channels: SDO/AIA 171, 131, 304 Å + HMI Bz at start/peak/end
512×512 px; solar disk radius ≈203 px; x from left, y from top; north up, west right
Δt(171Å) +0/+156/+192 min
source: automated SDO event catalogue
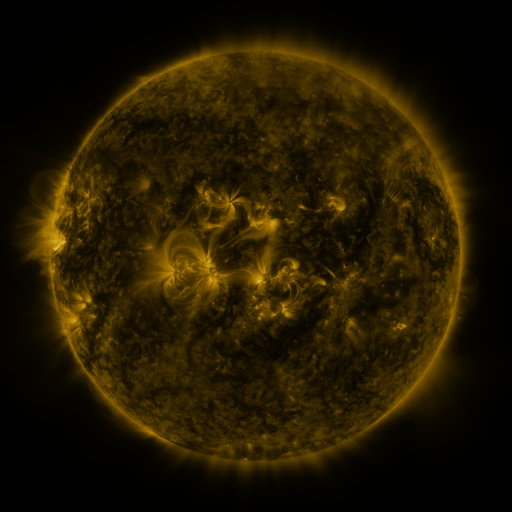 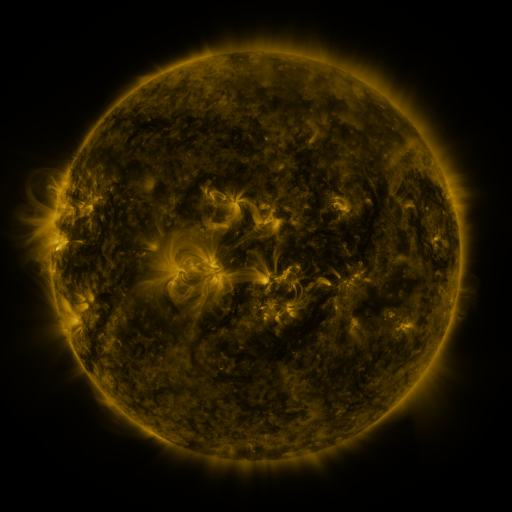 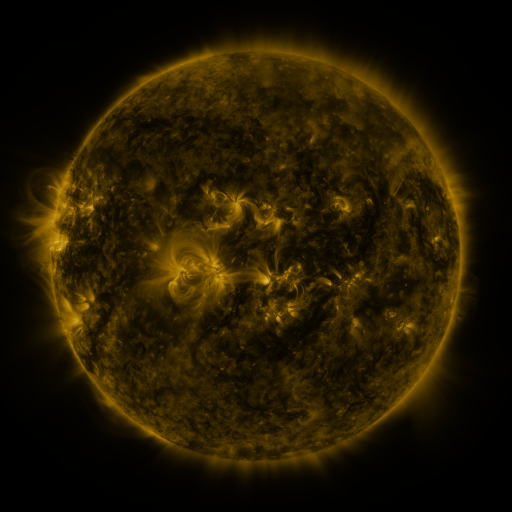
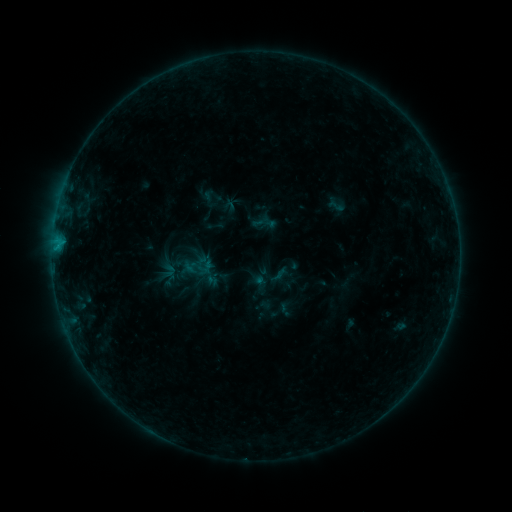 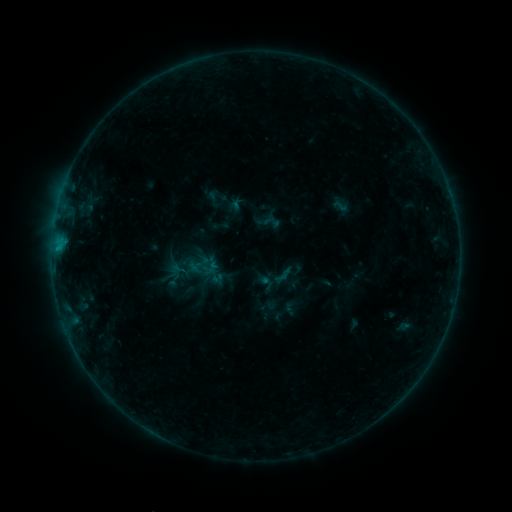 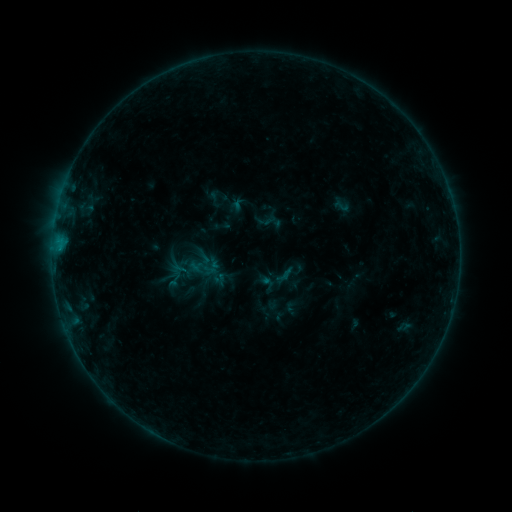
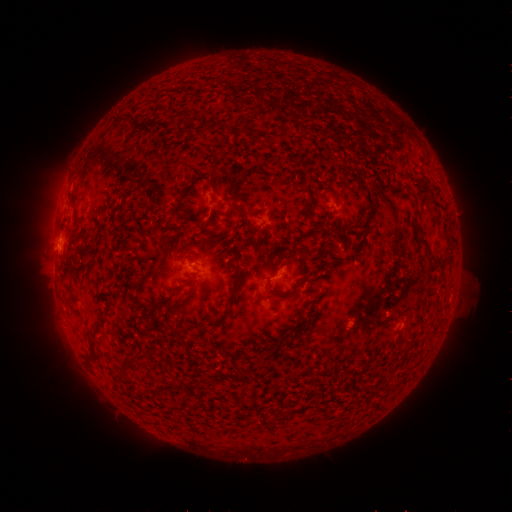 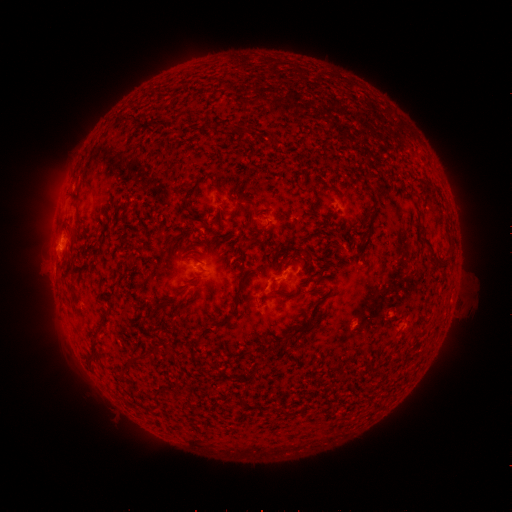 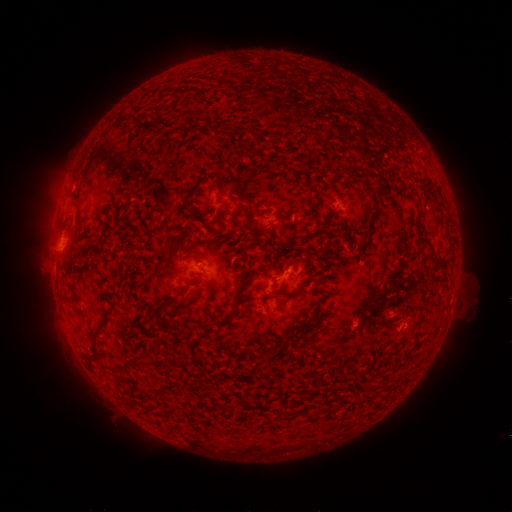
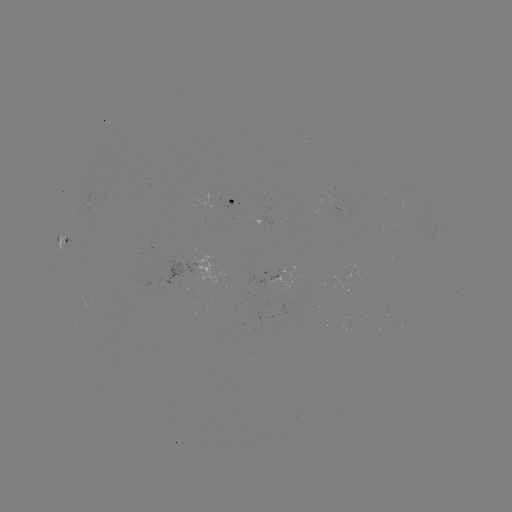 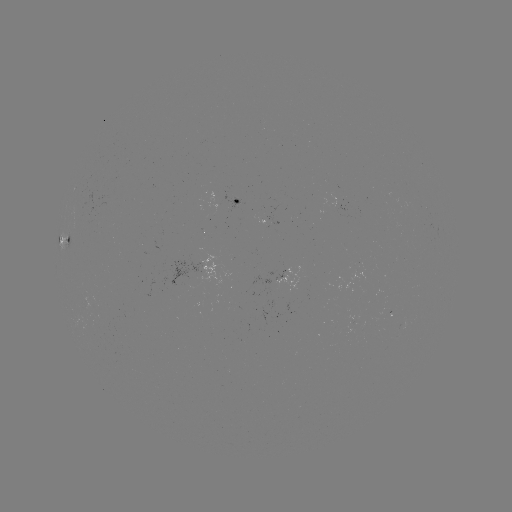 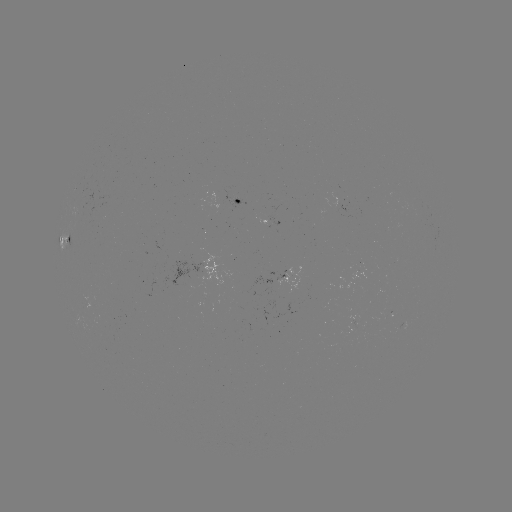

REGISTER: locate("emerging-flux region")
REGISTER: [235, 201]